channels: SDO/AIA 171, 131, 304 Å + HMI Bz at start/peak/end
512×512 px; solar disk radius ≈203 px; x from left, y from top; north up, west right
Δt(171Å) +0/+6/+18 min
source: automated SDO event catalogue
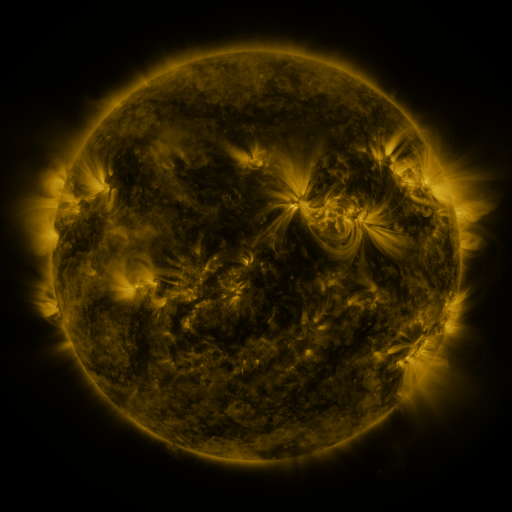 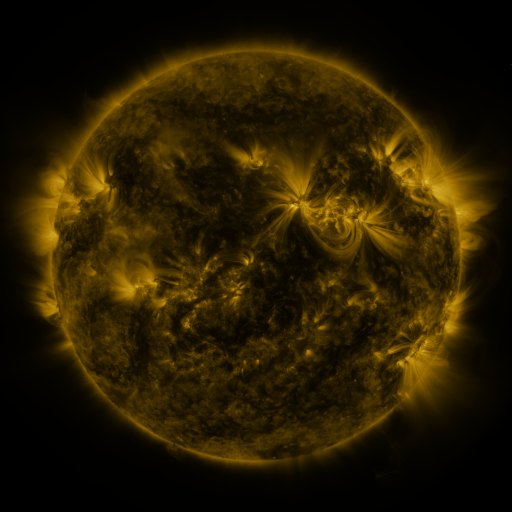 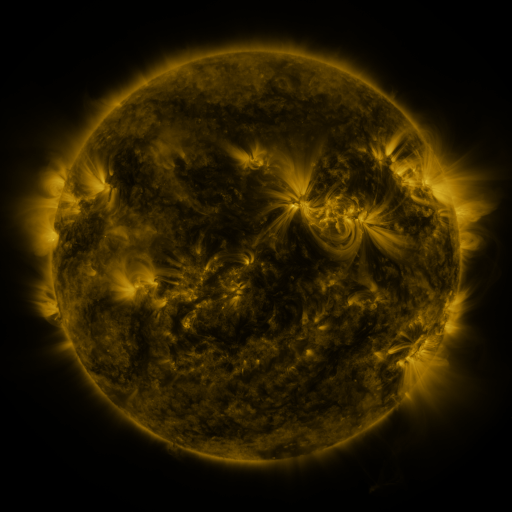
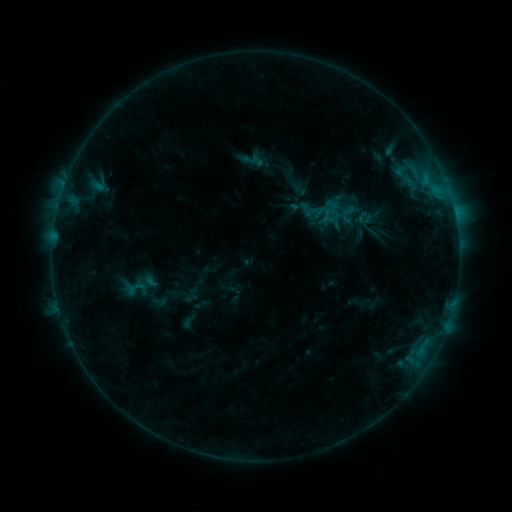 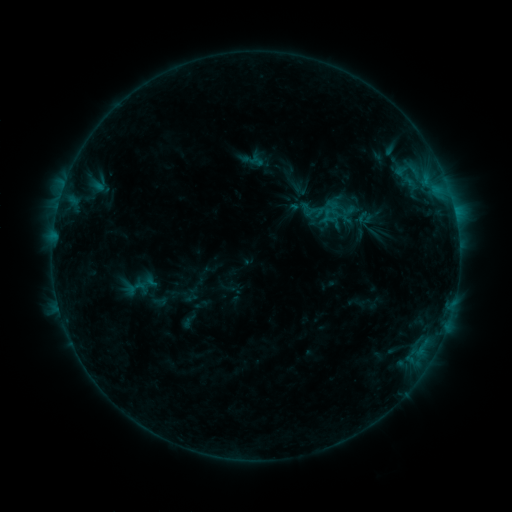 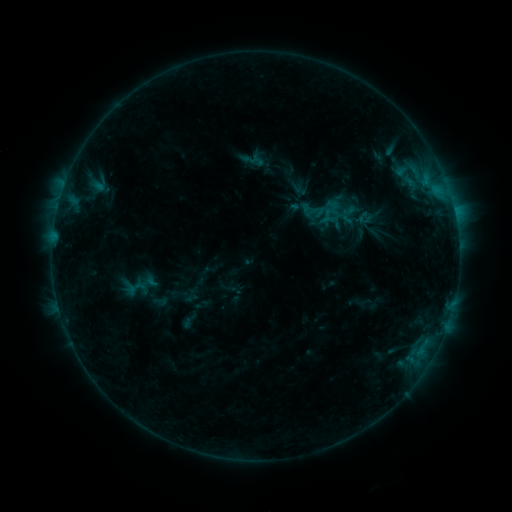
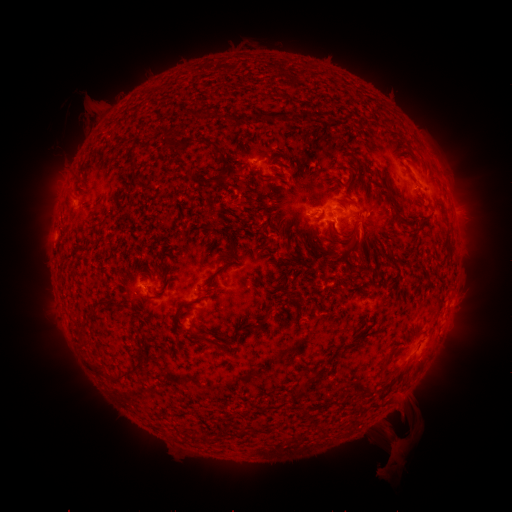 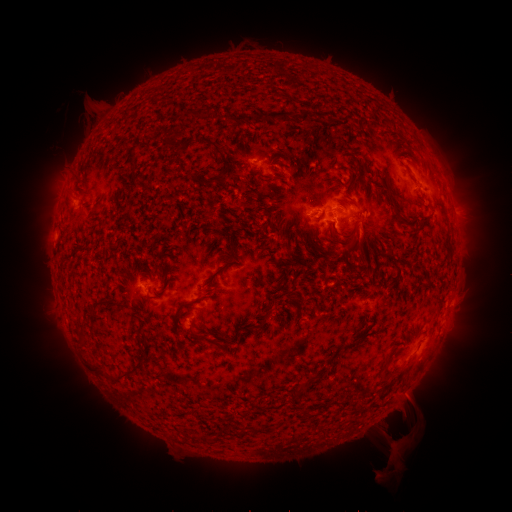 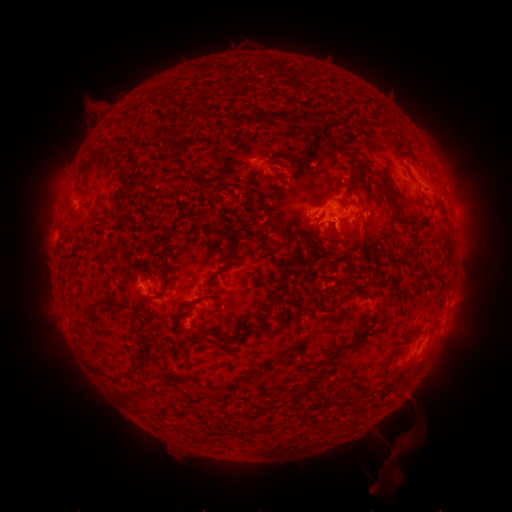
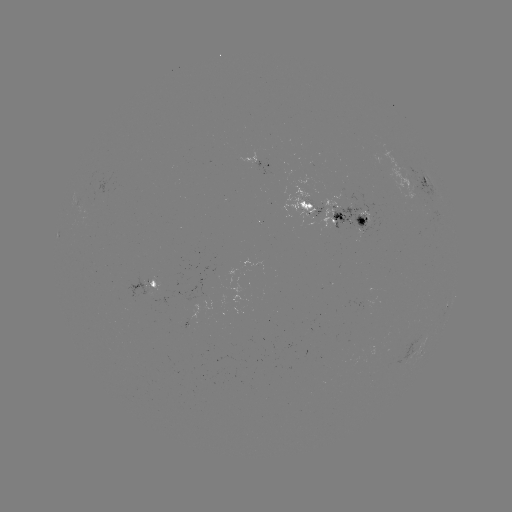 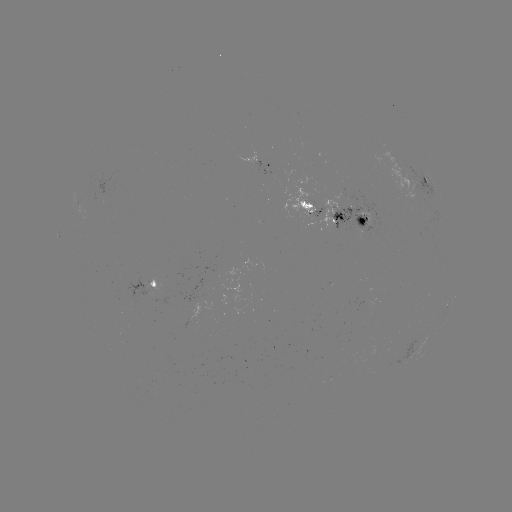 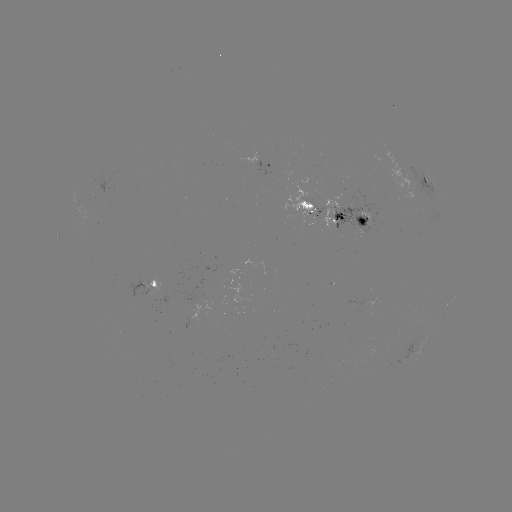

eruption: <bbox>365, 419, 397, 493</bbox>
